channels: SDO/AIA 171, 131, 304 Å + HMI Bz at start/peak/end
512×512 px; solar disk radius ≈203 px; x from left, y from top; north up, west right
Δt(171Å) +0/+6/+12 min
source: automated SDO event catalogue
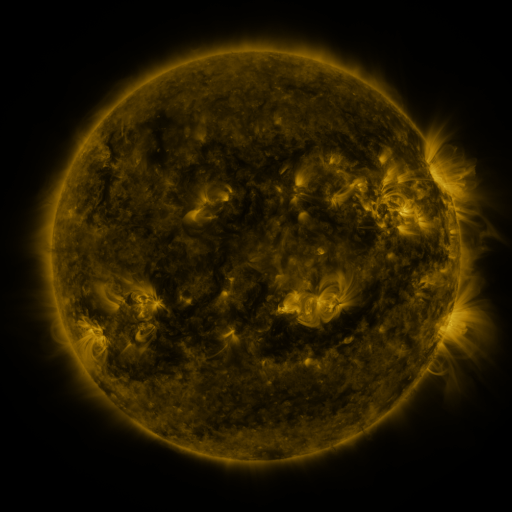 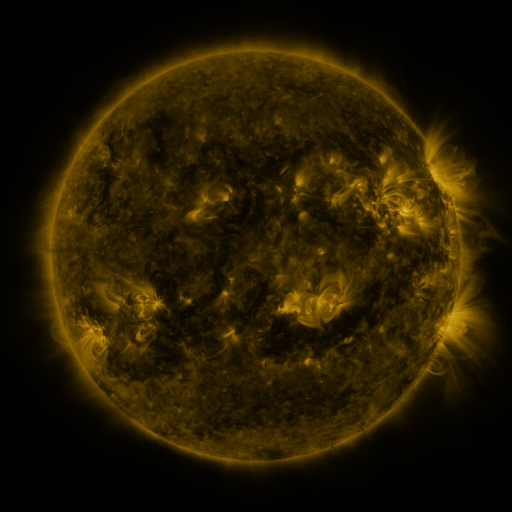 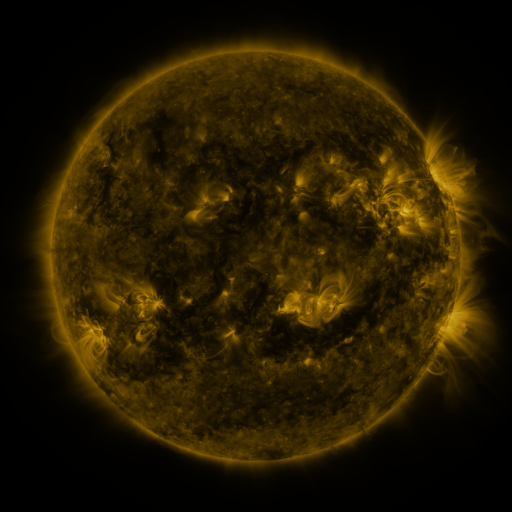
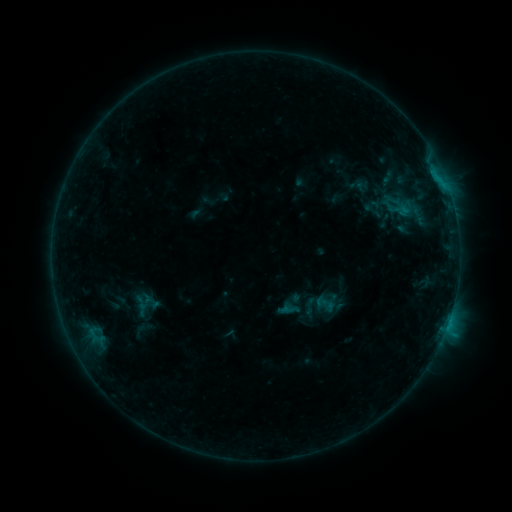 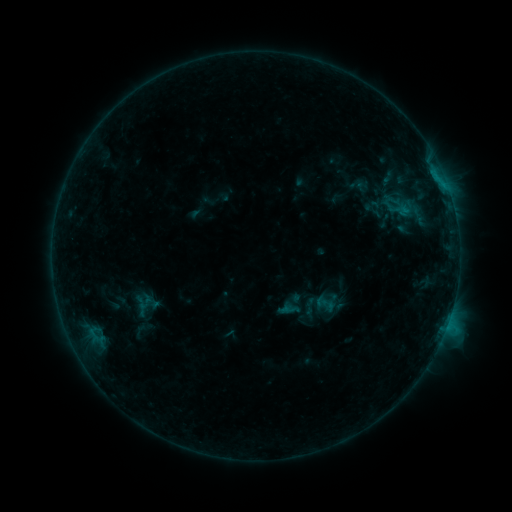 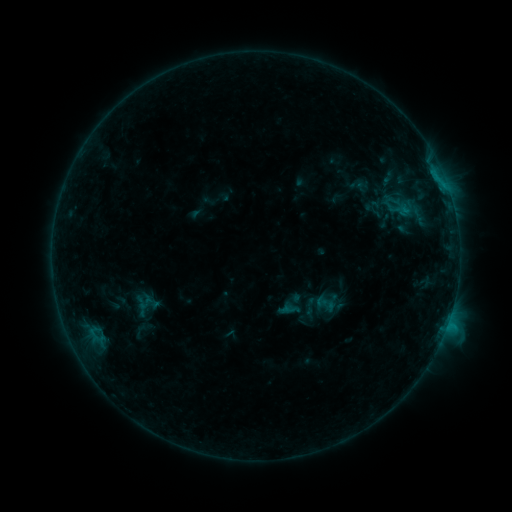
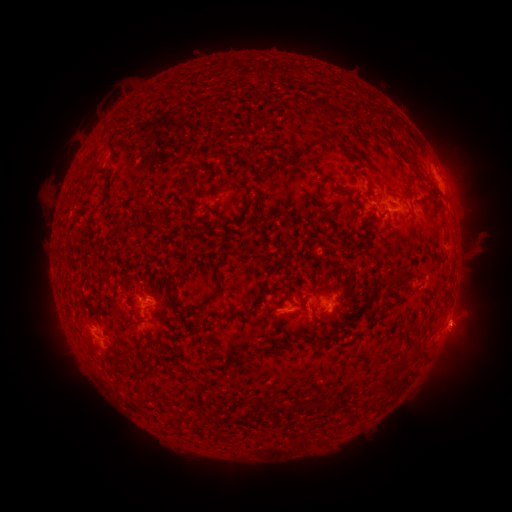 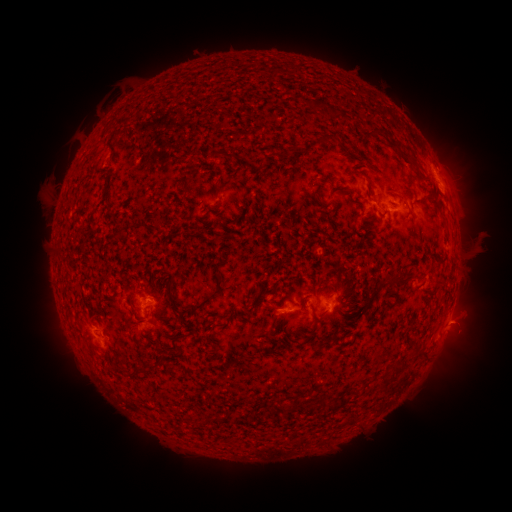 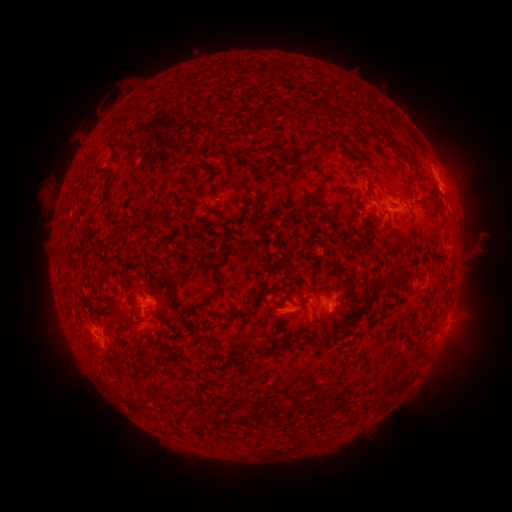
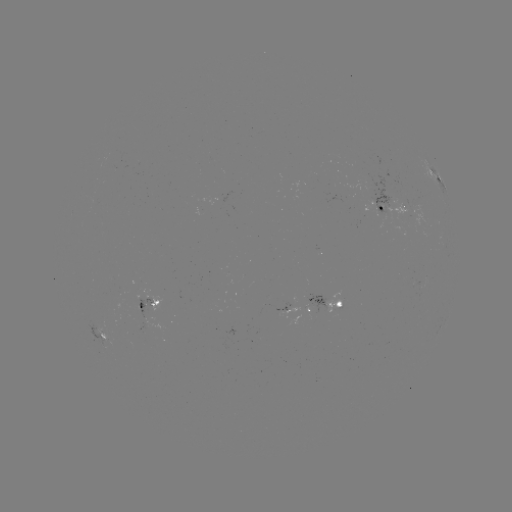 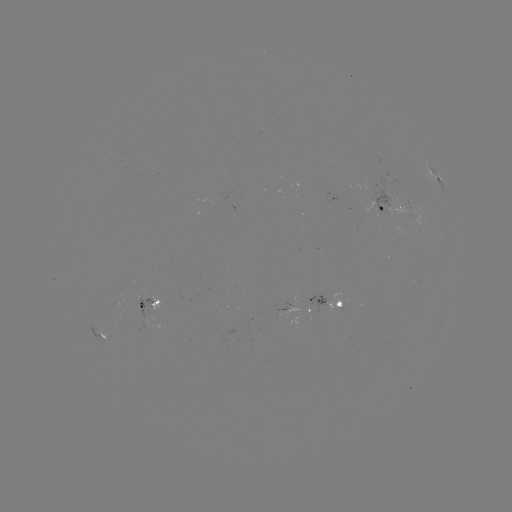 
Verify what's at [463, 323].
eruption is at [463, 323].